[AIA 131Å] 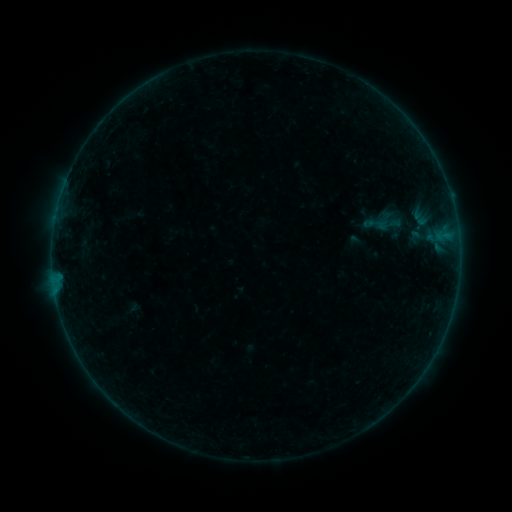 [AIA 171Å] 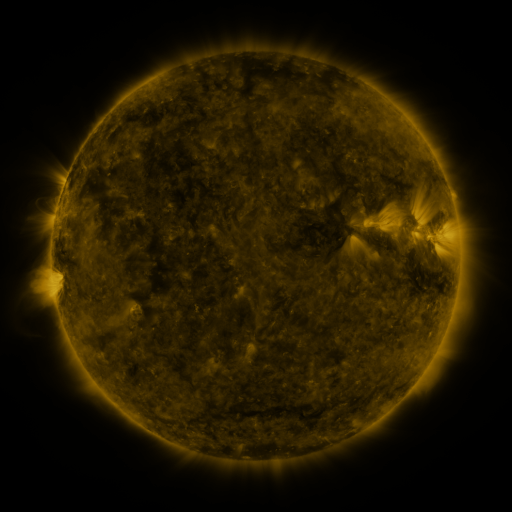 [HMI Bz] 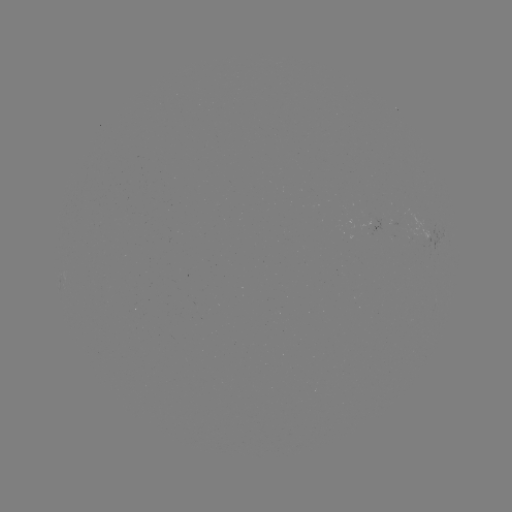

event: sigmoid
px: (377, 224)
